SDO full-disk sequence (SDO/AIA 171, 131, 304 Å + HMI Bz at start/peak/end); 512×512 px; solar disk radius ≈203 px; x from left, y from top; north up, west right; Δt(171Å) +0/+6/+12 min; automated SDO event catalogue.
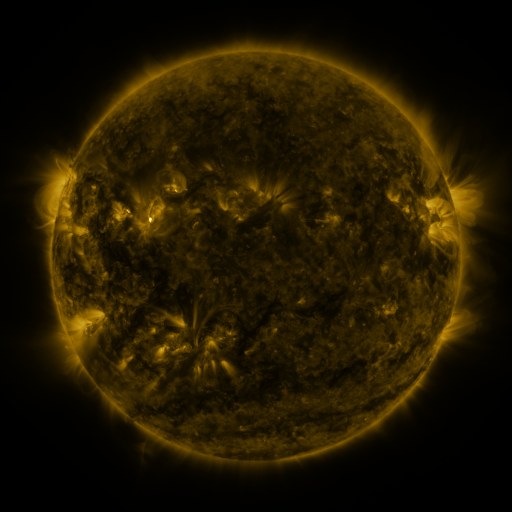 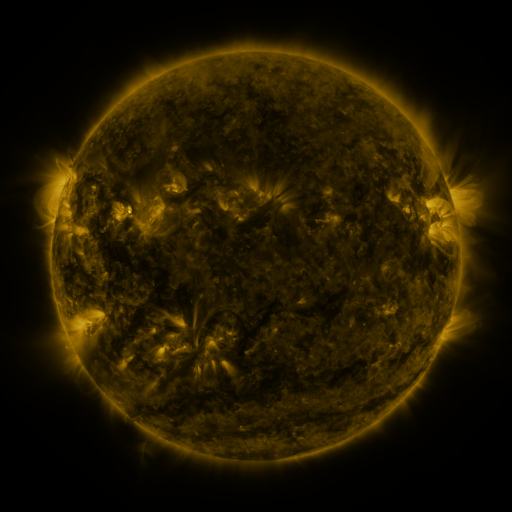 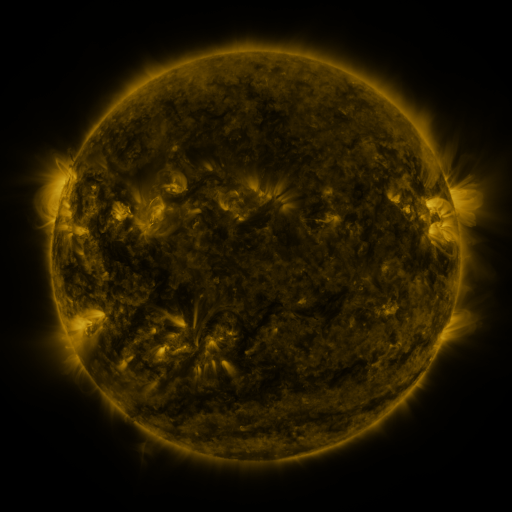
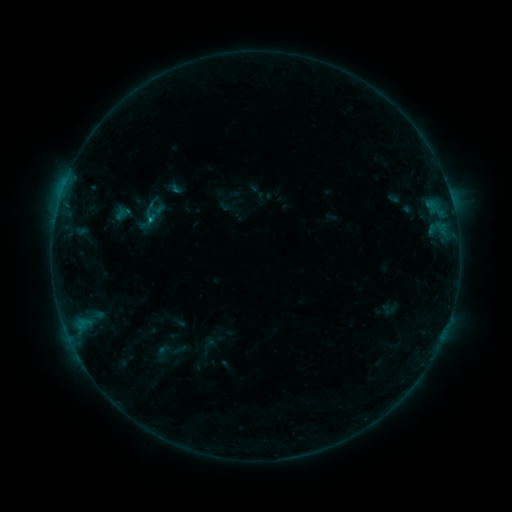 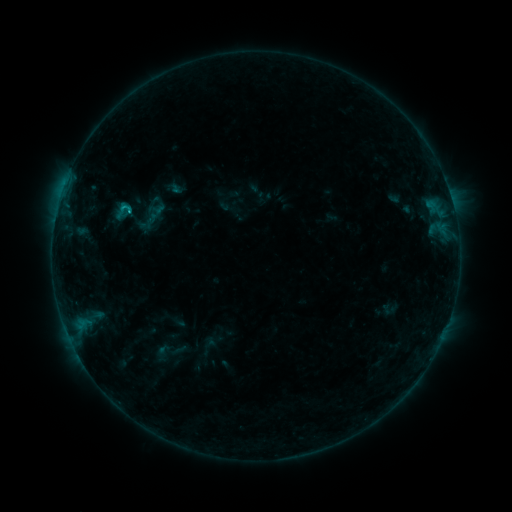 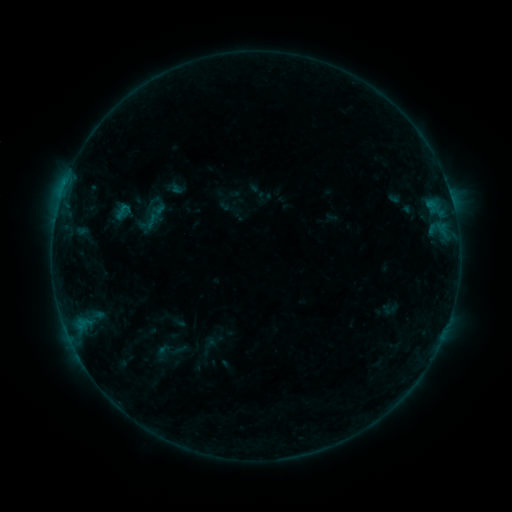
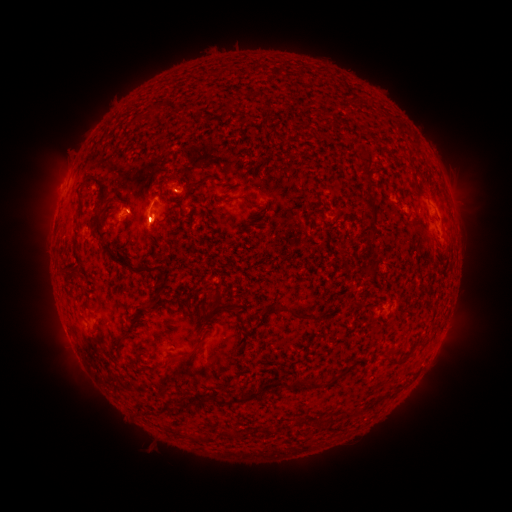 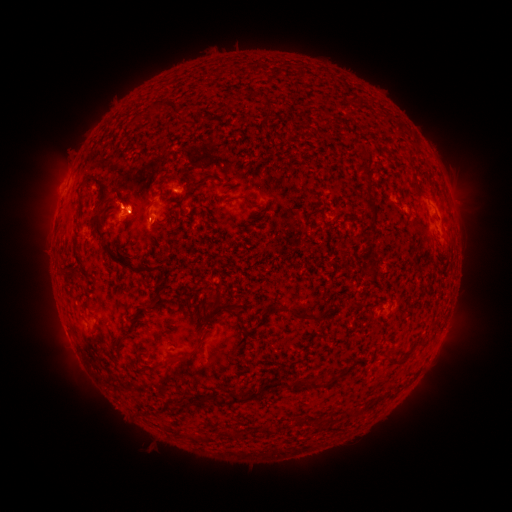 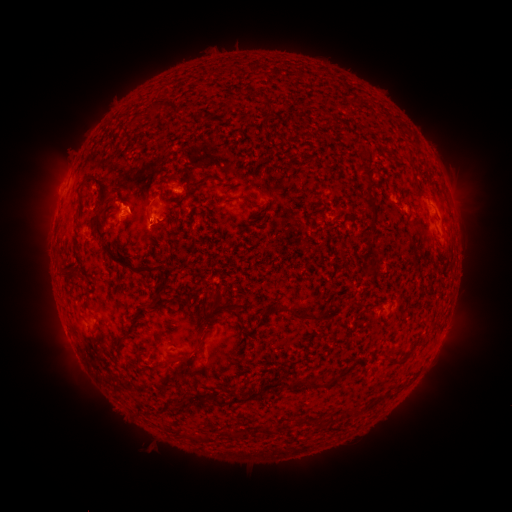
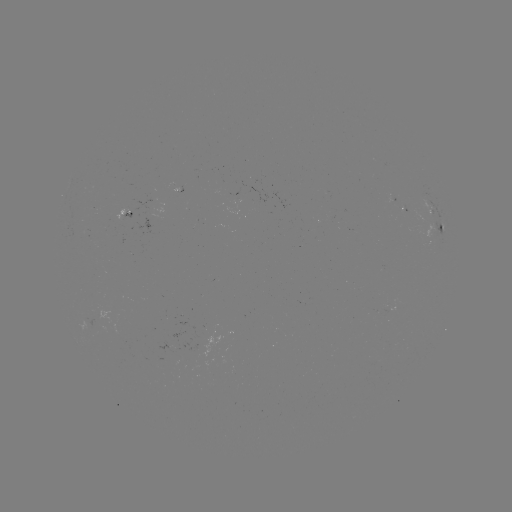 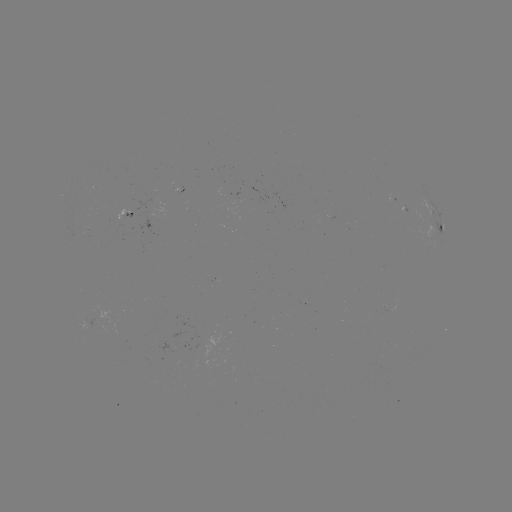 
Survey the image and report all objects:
B8.4 flare: (130, 213)
